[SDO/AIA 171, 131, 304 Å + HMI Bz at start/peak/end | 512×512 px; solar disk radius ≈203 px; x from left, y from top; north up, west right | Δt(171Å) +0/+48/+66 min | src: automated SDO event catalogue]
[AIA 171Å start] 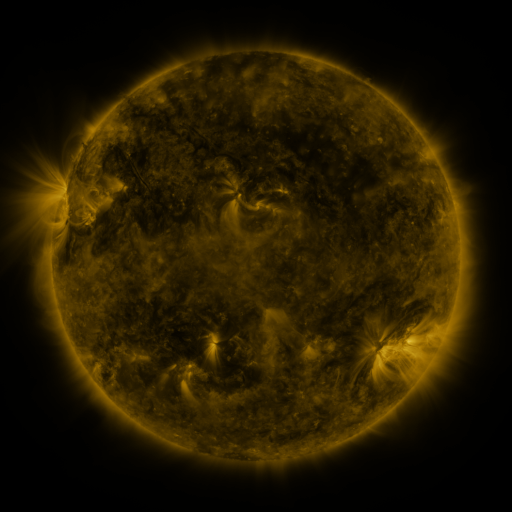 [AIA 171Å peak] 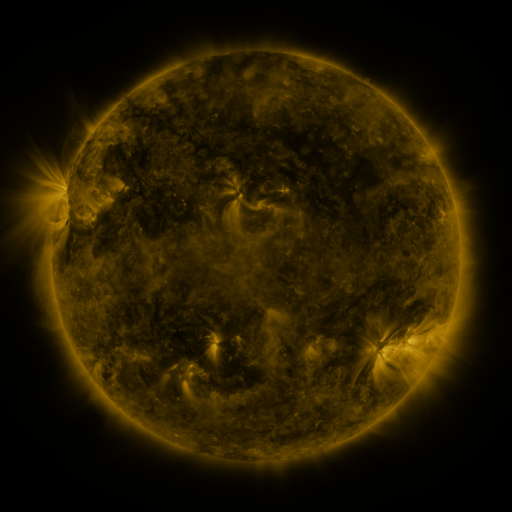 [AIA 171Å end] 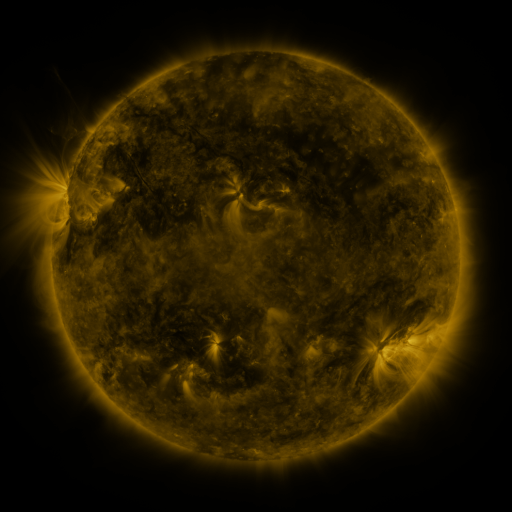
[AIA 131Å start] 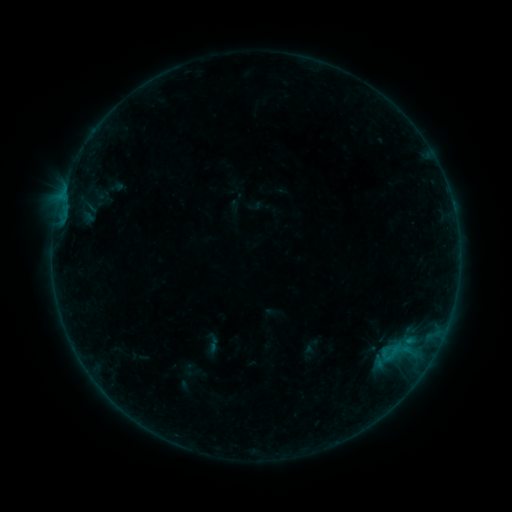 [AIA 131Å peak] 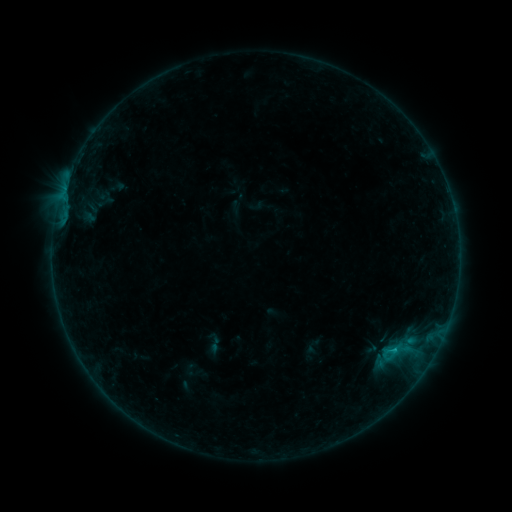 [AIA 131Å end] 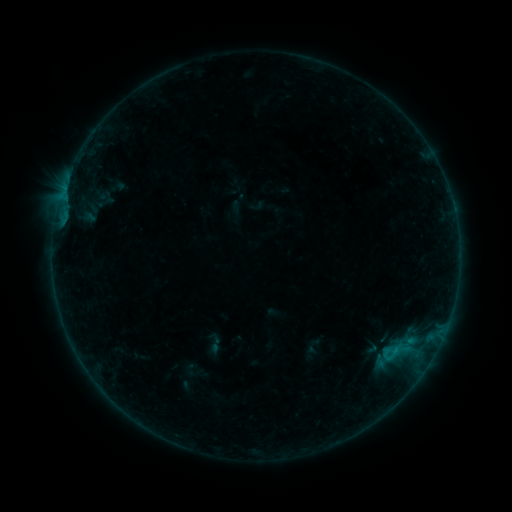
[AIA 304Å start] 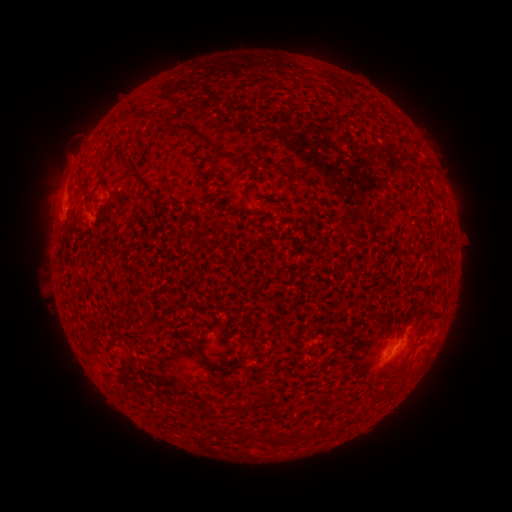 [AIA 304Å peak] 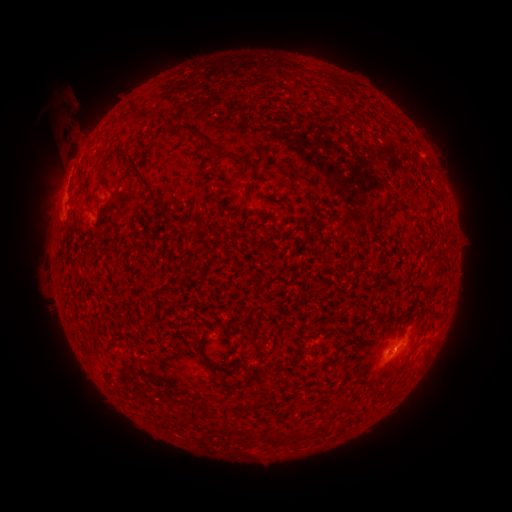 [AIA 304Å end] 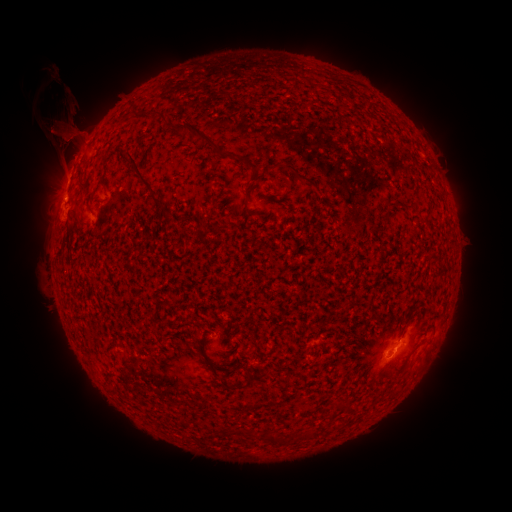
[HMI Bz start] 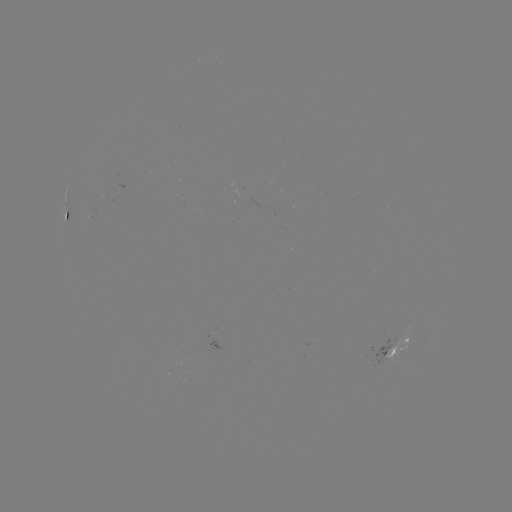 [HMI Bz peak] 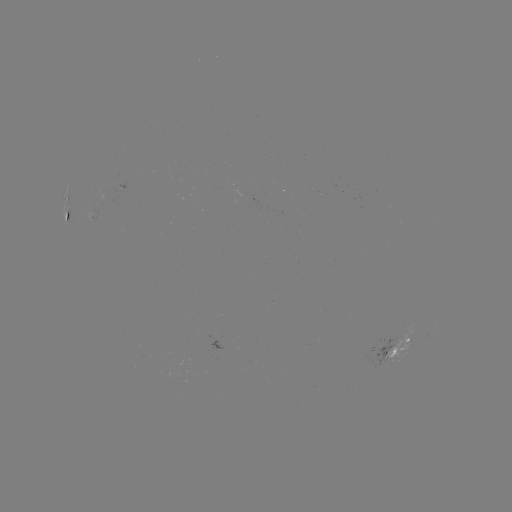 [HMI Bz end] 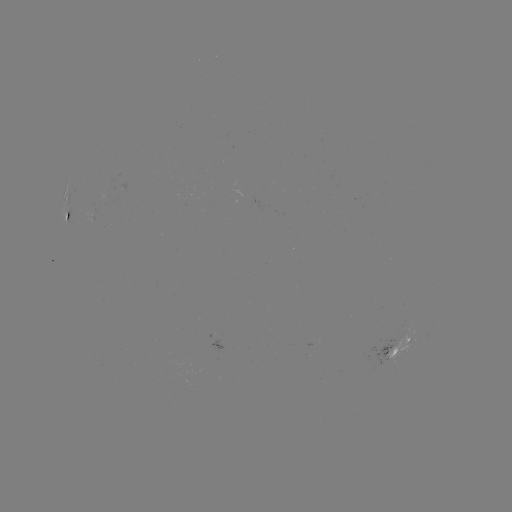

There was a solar flare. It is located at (392, 350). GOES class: B6.0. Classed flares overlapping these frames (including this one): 1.